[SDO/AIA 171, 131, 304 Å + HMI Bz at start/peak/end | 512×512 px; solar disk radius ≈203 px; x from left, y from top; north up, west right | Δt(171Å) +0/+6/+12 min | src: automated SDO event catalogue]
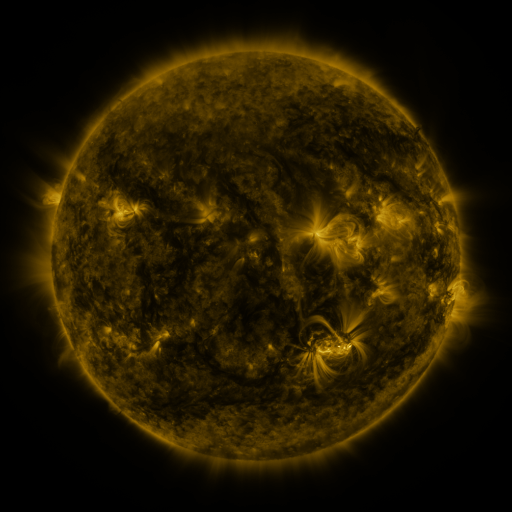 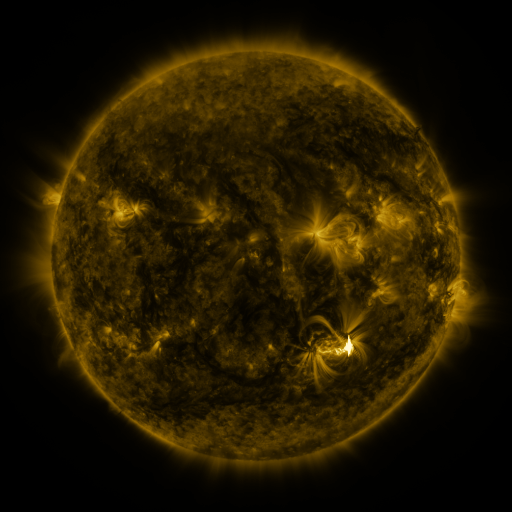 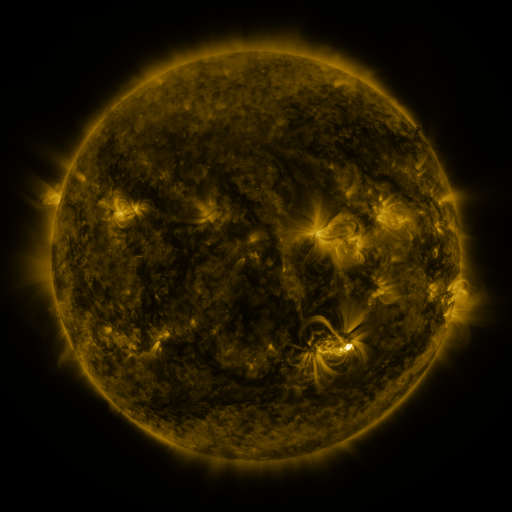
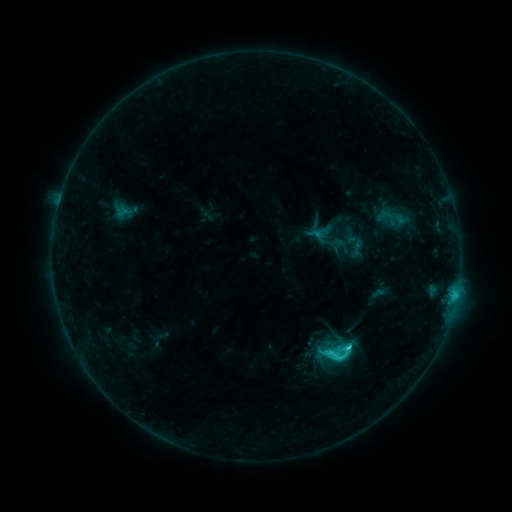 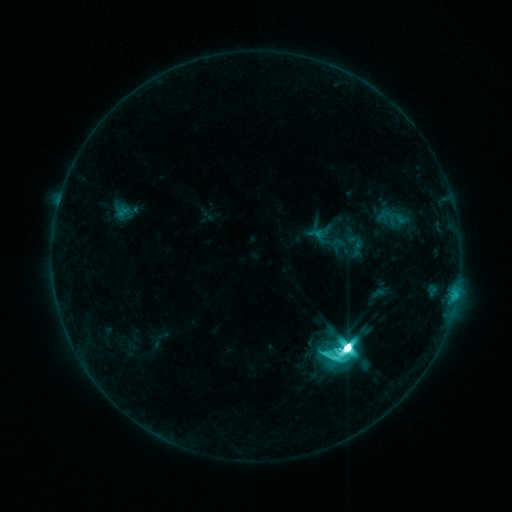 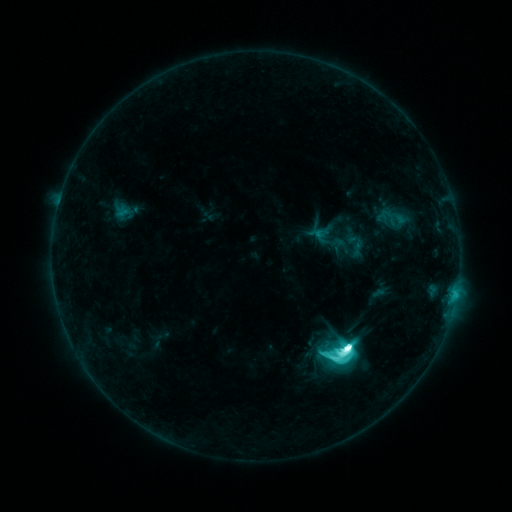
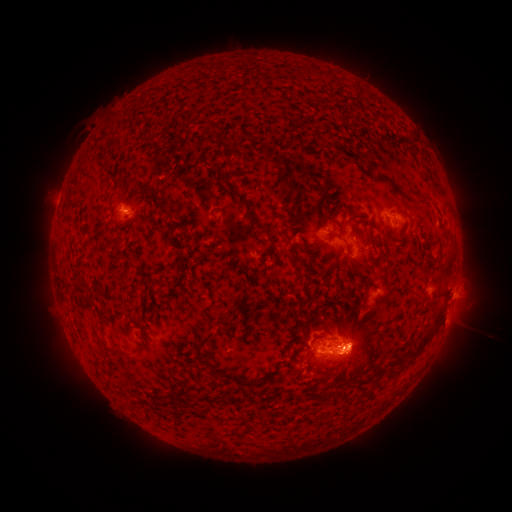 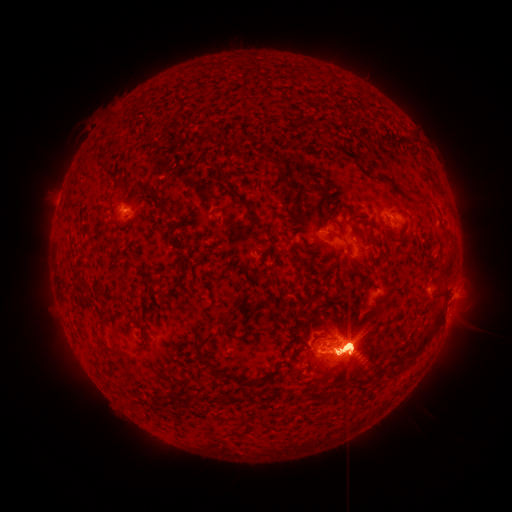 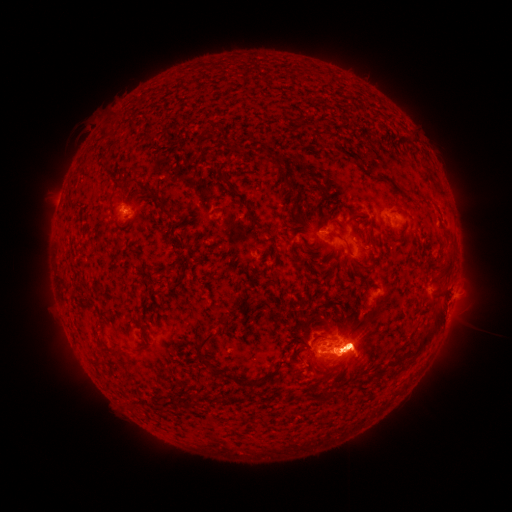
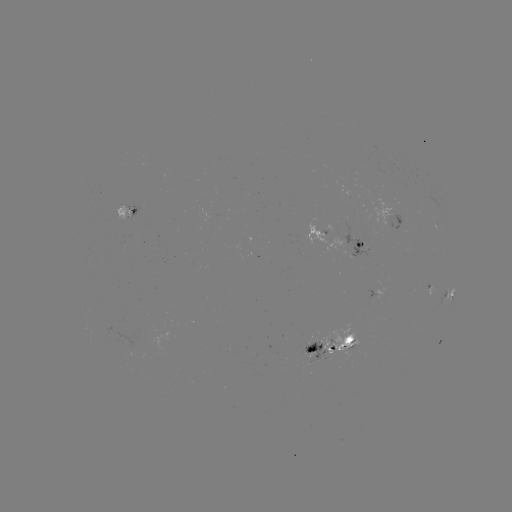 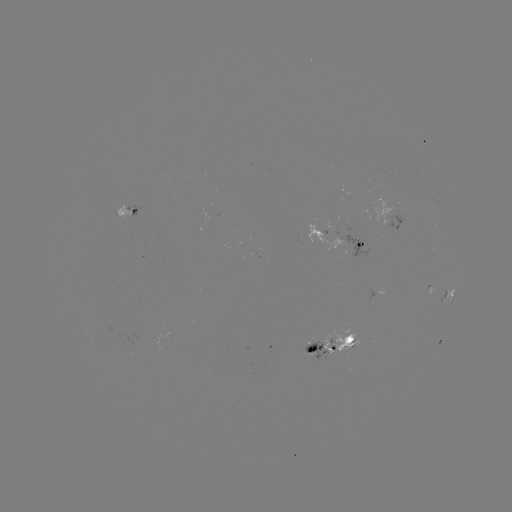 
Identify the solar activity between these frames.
M7.6 flare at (345, 345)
